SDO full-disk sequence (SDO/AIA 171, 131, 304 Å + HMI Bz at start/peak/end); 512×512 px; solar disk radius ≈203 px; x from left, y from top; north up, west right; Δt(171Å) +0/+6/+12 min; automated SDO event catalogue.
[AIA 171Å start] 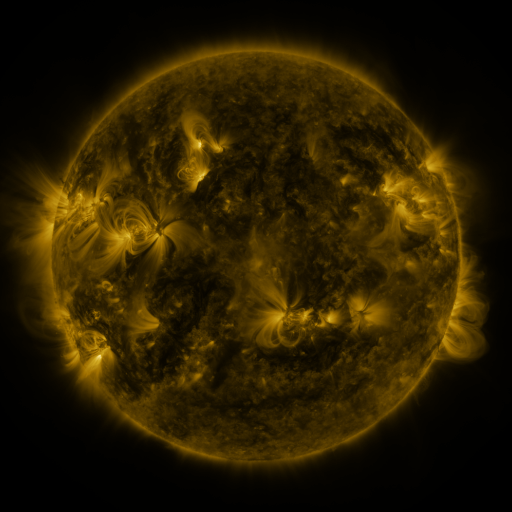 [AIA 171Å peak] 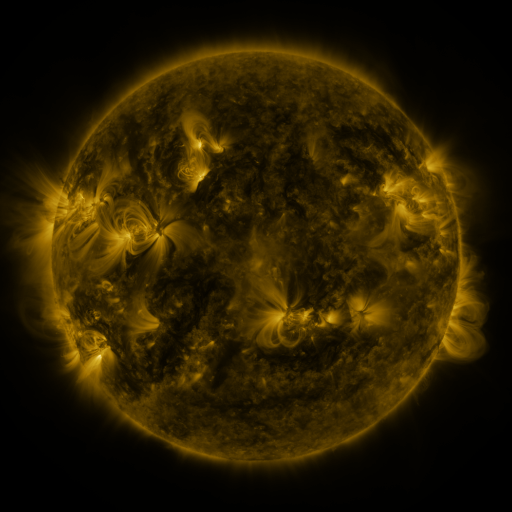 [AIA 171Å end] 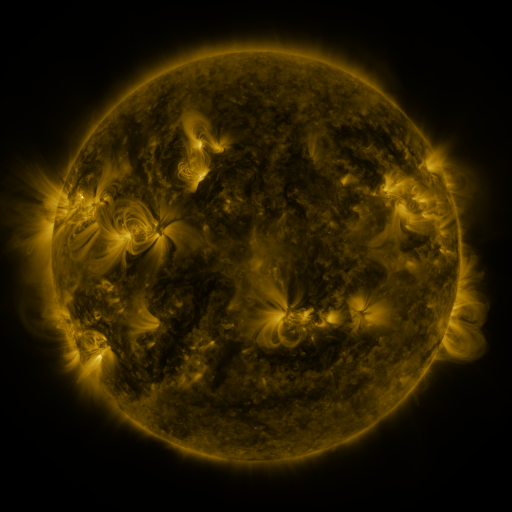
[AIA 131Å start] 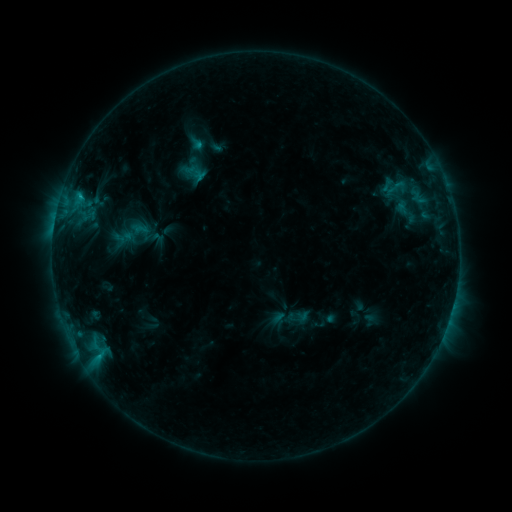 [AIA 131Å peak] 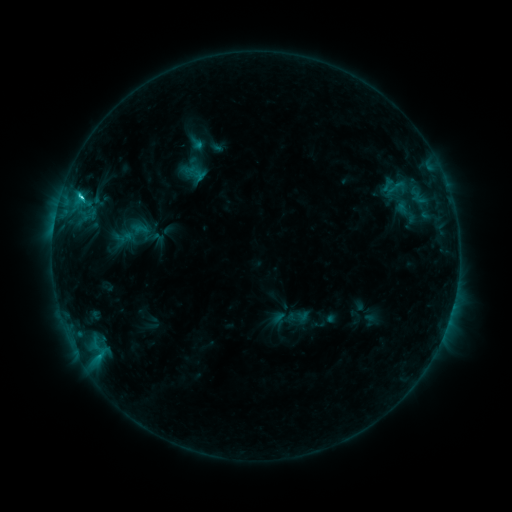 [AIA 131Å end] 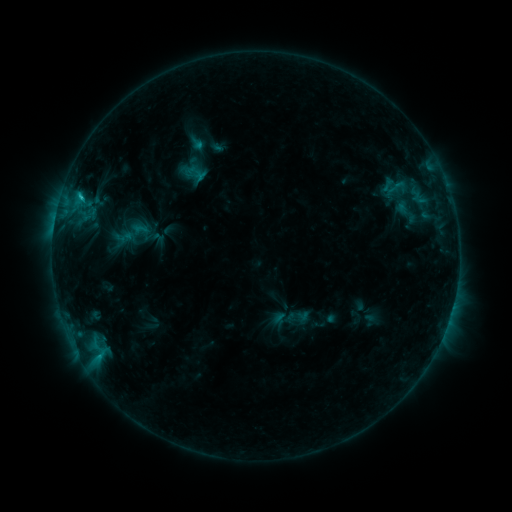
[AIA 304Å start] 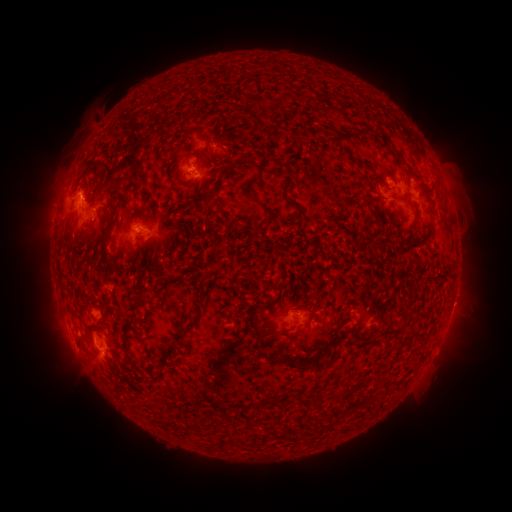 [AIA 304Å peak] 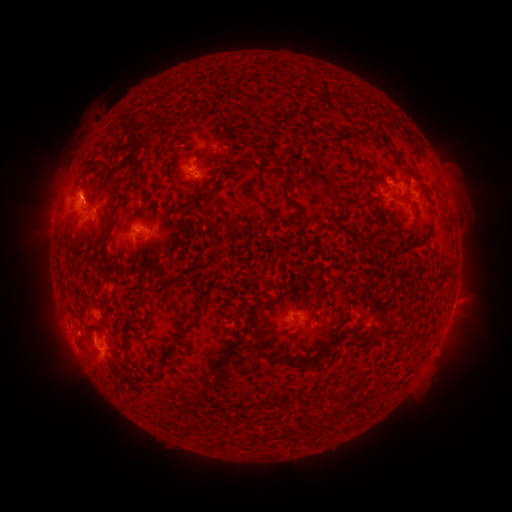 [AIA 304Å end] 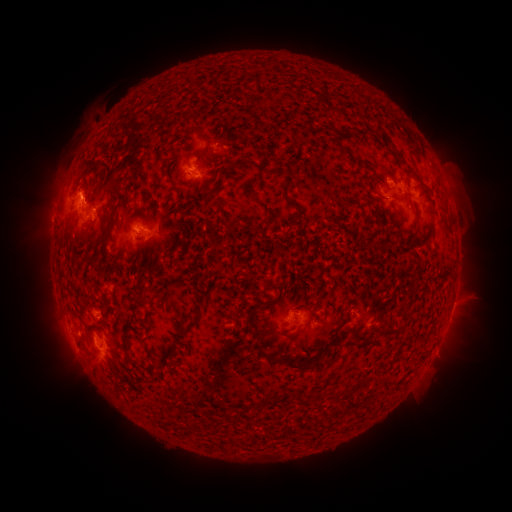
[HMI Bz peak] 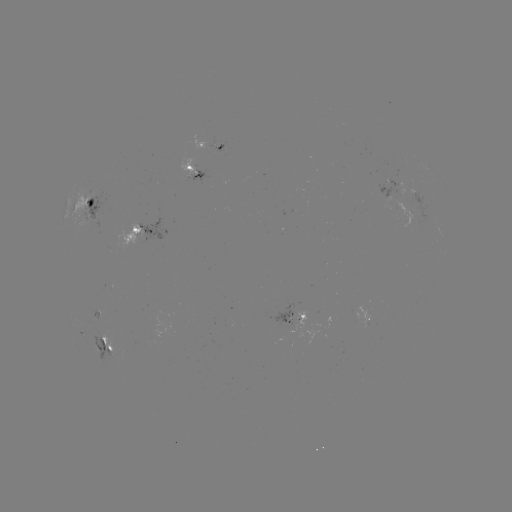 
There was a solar flare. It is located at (82, 198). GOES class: C2.0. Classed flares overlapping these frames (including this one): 1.